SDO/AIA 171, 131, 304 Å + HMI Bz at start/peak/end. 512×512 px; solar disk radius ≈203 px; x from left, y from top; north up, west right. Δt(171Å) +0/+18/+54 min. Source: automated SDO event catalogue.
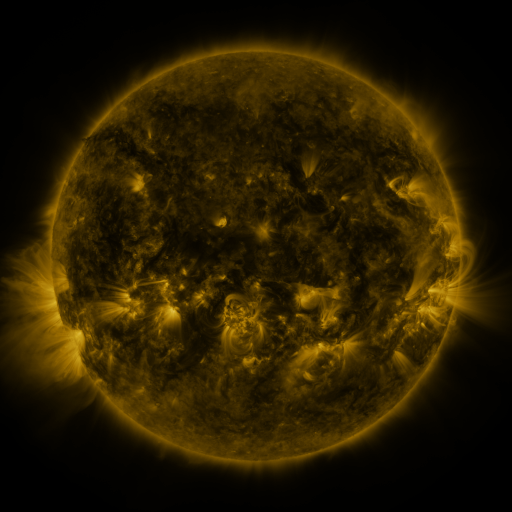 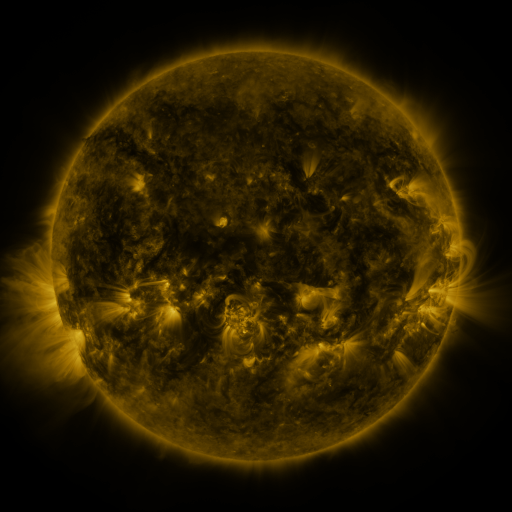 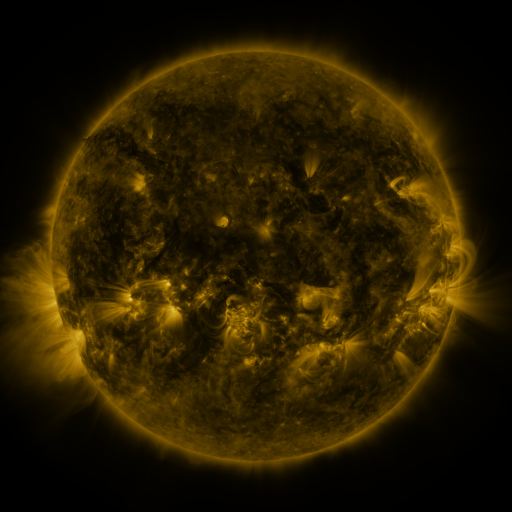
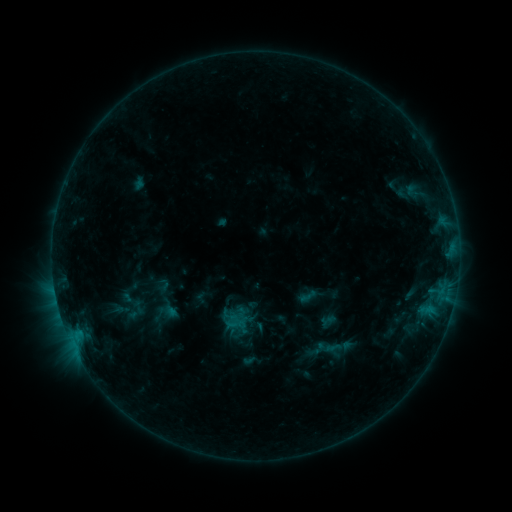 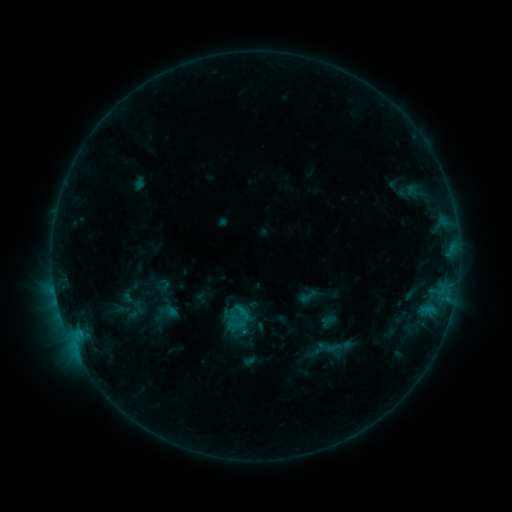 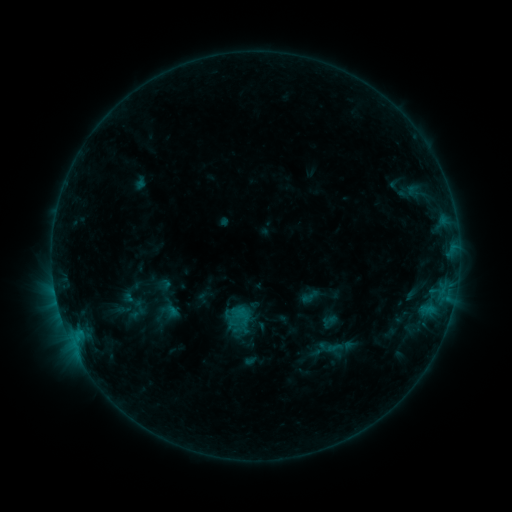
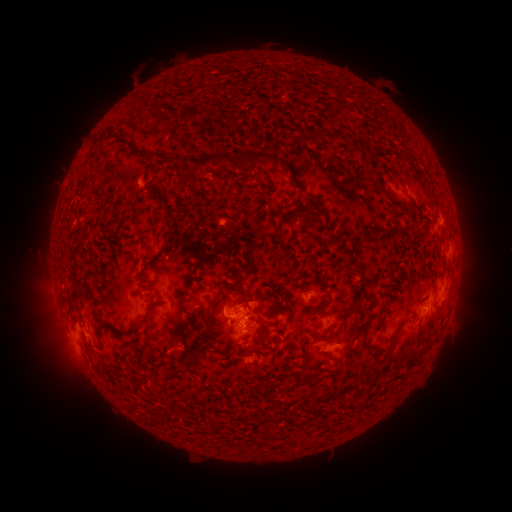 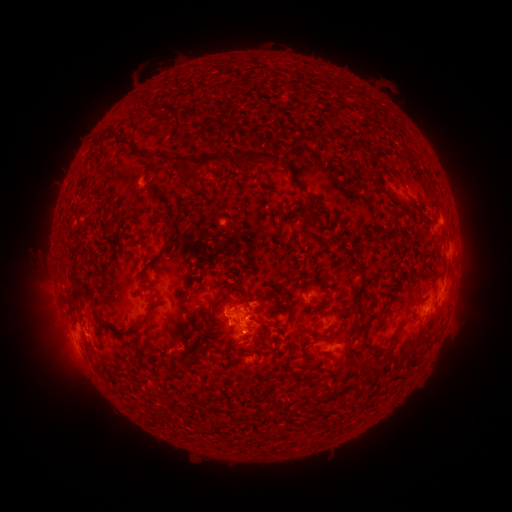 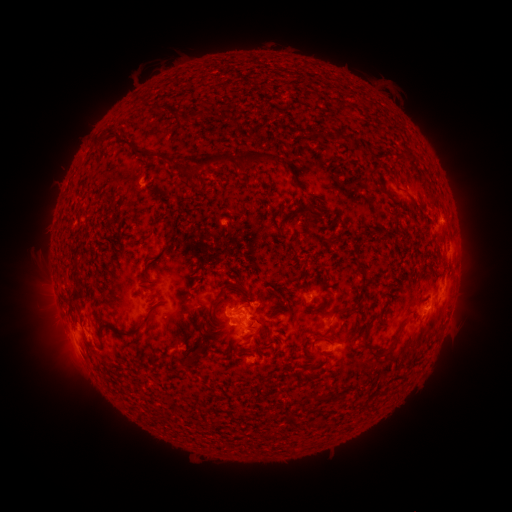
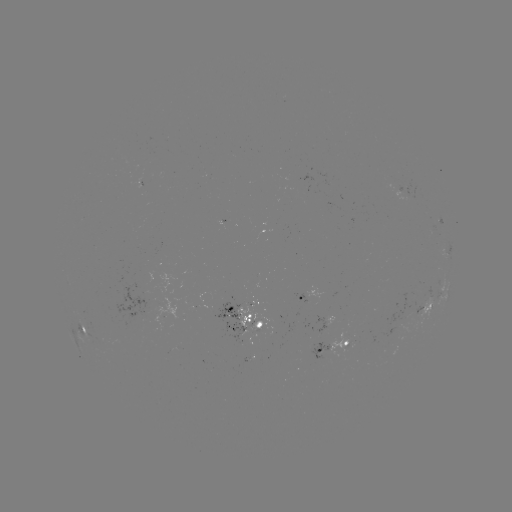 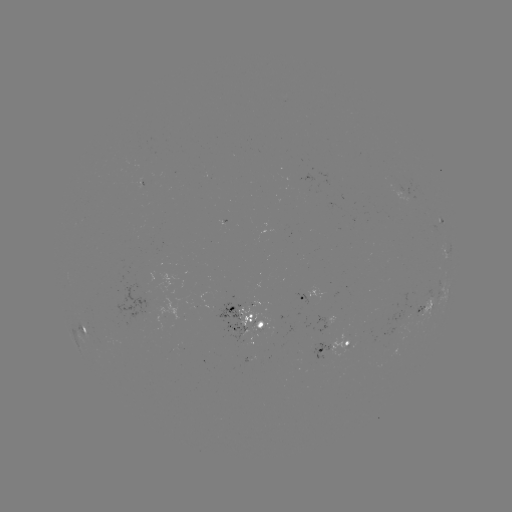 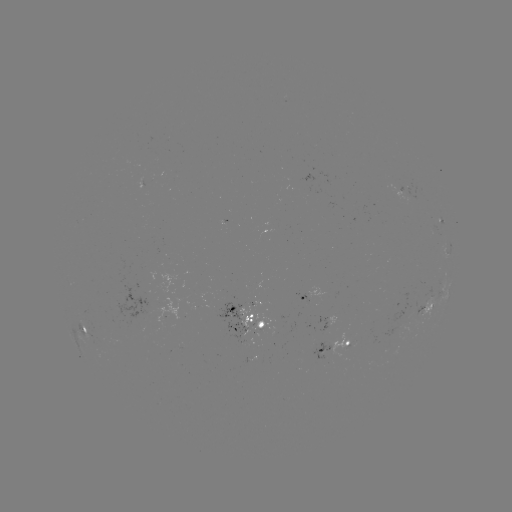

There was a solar flare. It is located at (246, 331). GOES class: B9.4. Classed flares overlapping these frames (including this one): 1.